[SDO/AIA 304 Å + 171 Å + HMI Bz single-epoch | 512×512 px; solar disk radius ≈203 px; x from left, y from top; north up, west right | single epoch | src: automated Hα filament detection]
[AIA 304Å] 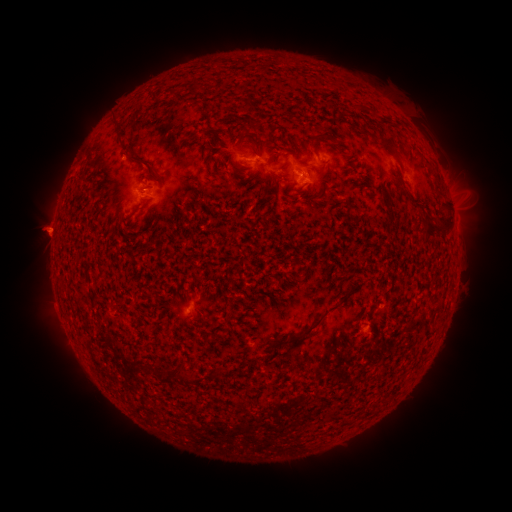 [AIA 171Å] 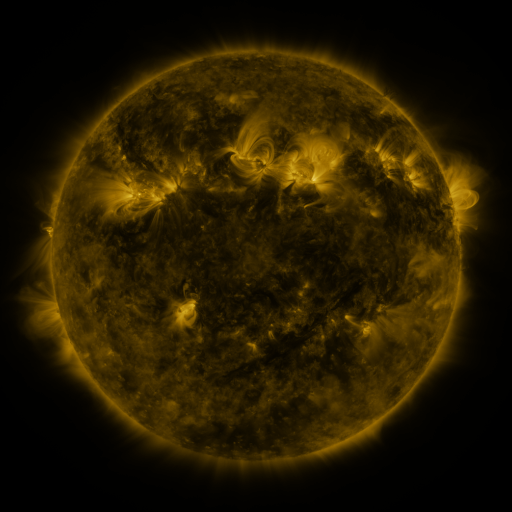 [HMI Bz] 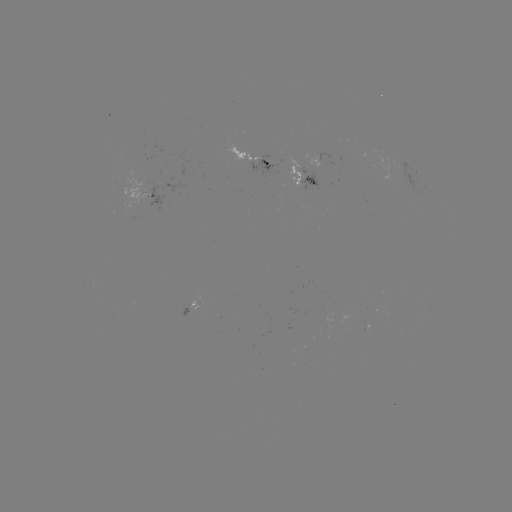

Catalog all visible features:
filament: (319, 138)
filament: (390, 144)
filament: (143, 160)
filament: (284, 166)
filament: (444, 209)
filament: (438, 231)
filament: (313, 327)
filament: (176, 371)
